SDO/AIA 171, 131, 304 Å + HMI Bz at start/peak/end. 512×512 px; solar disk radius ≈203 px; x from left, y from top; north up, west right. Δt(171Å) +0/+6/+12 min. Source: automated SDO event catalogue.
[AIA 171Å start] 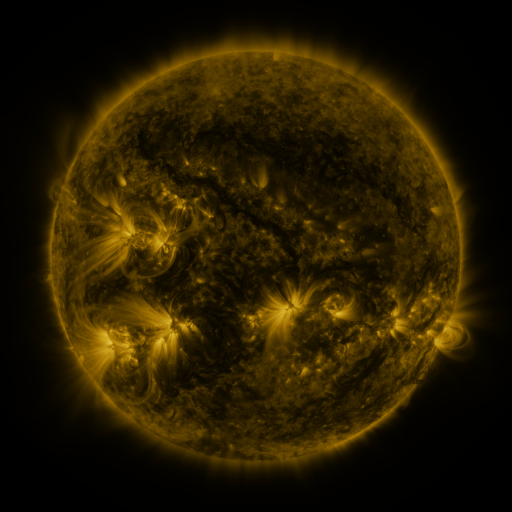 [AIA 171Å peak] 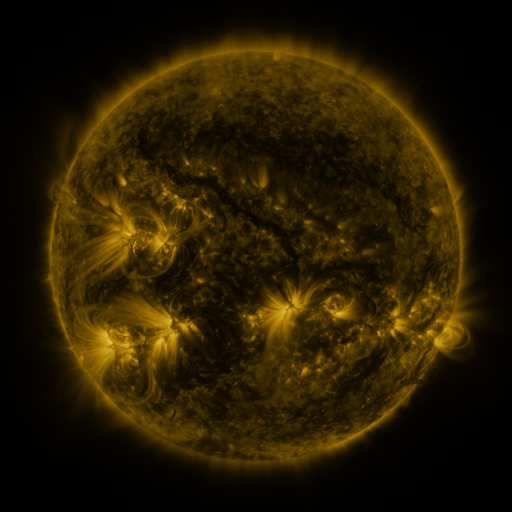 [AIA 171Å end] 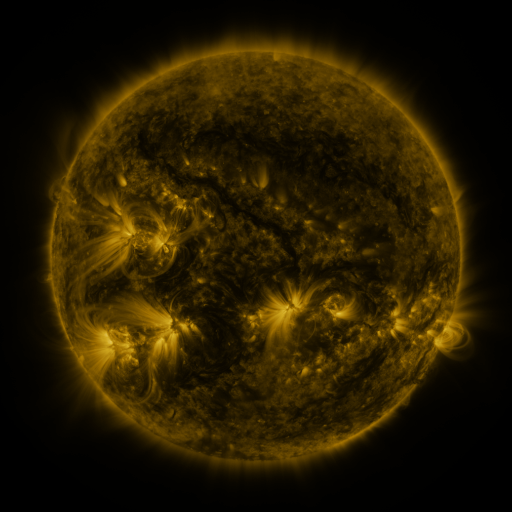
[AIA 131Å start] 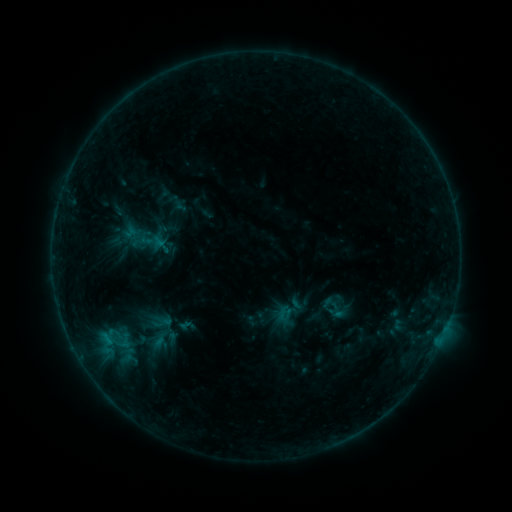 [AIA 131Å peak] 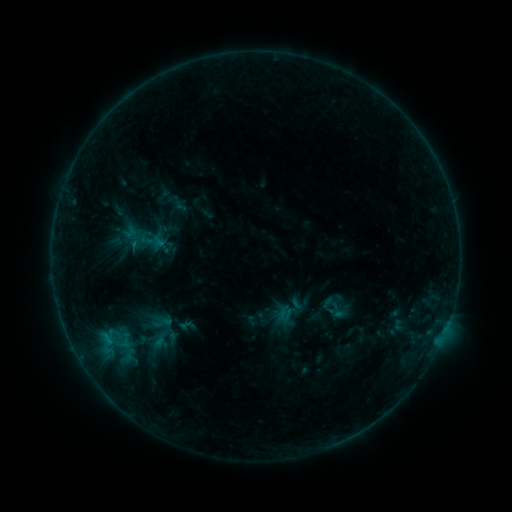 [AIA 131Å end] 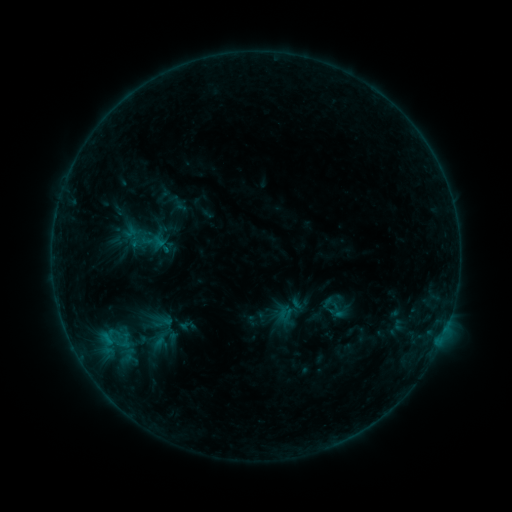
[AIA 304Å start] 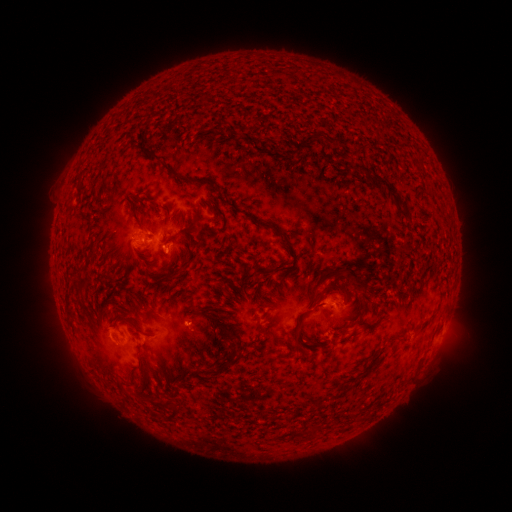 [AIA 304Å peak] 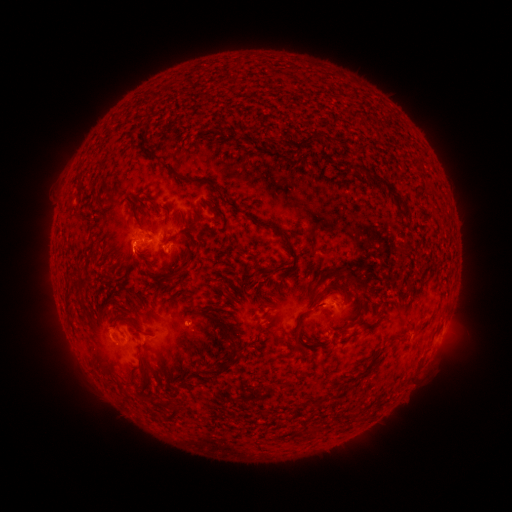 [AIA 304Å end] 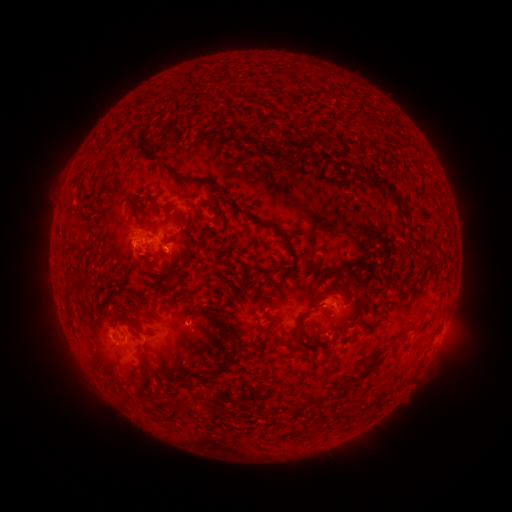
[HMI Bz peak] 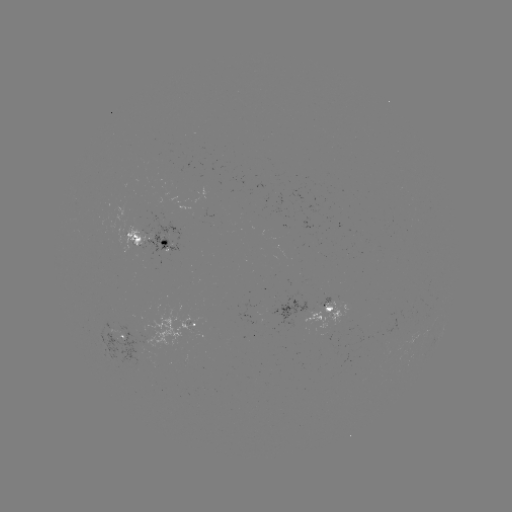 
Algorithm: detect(B8.0 flare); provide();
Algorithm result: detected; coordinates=(134, 246)